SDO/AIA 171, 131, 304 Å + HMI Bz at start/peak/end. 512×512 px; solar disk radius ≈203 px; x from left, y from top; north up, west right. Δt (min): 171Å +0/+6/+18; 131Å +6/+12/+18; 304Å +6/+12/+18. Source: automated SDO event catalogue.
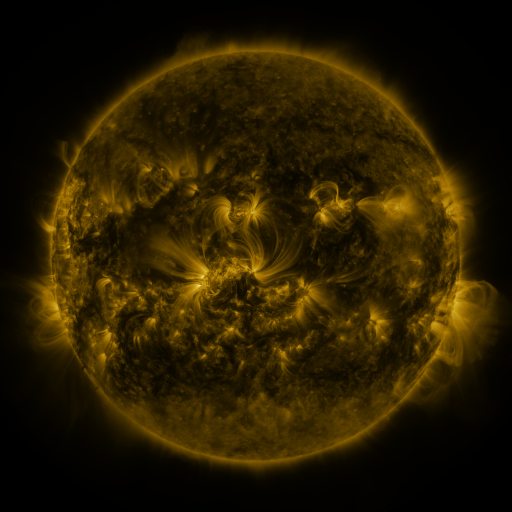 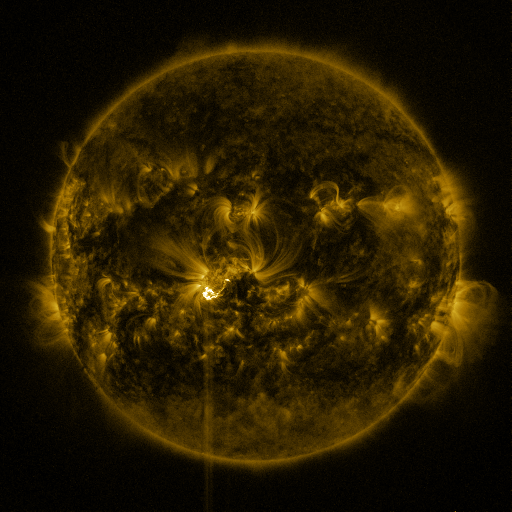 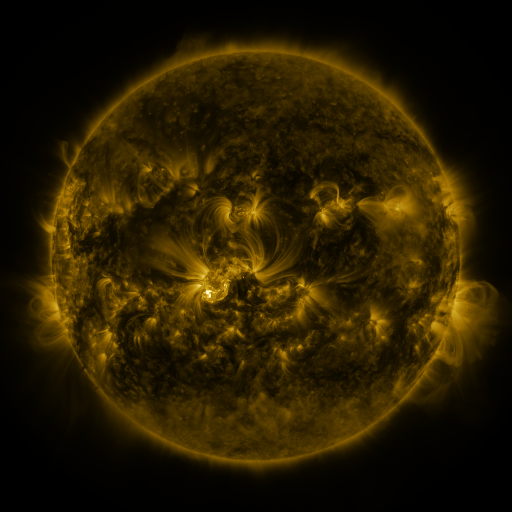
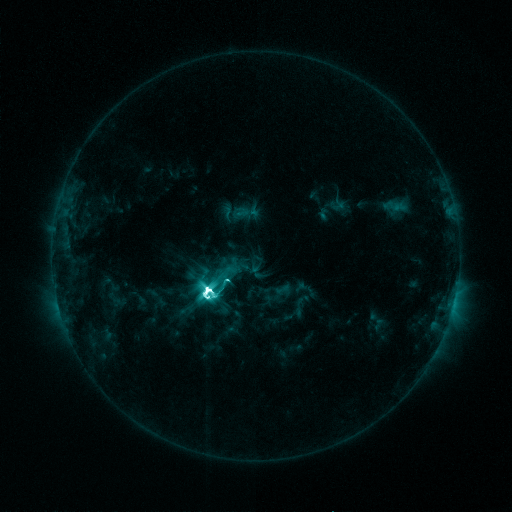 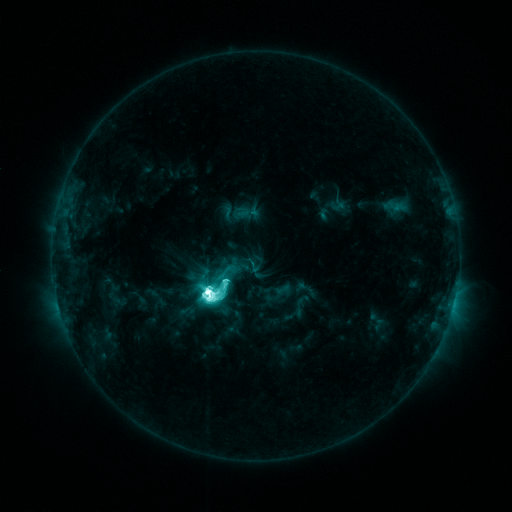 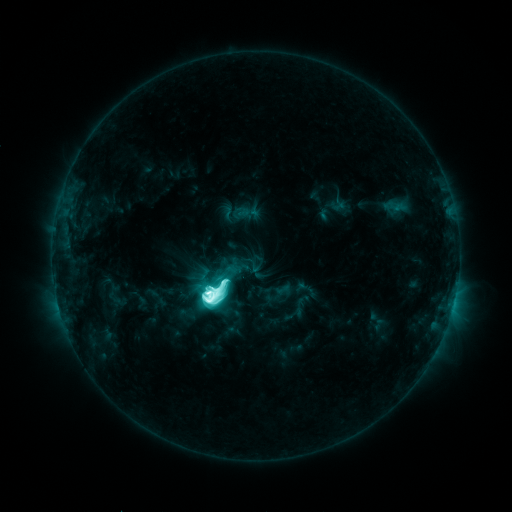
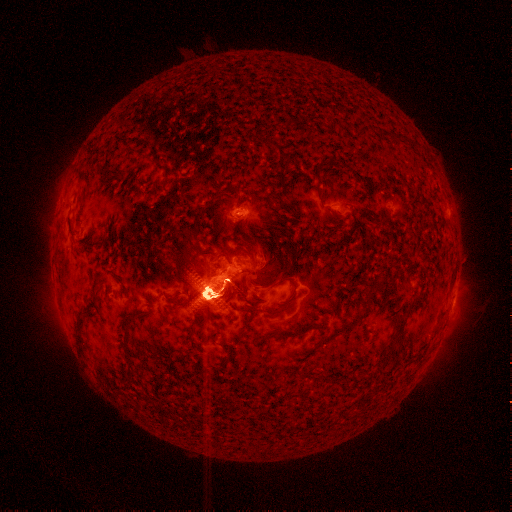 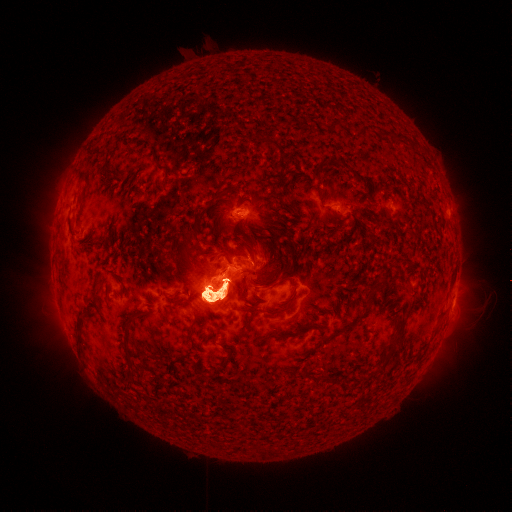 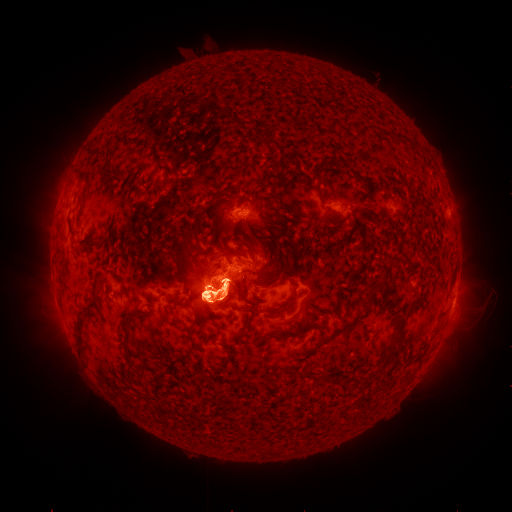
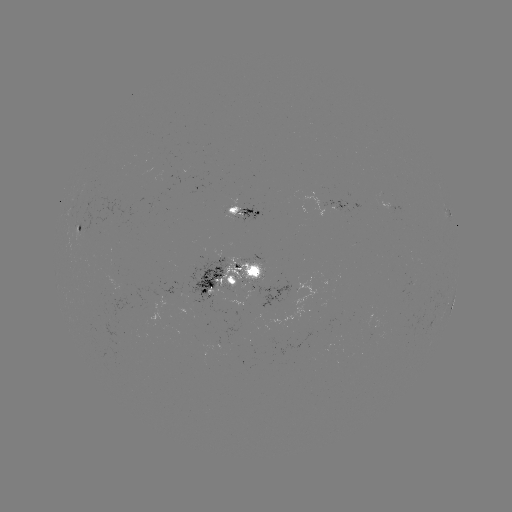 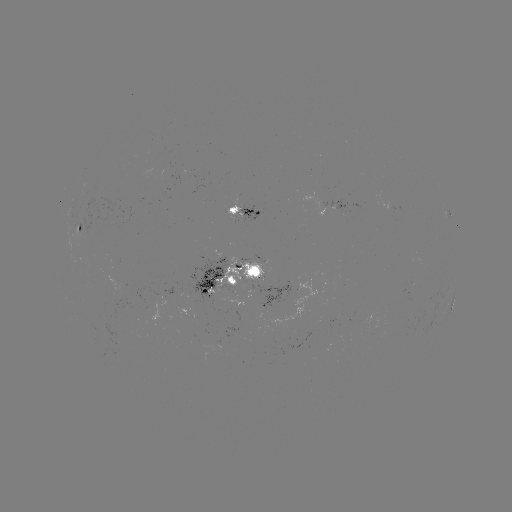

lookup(eruption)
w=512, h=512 (467, 315)